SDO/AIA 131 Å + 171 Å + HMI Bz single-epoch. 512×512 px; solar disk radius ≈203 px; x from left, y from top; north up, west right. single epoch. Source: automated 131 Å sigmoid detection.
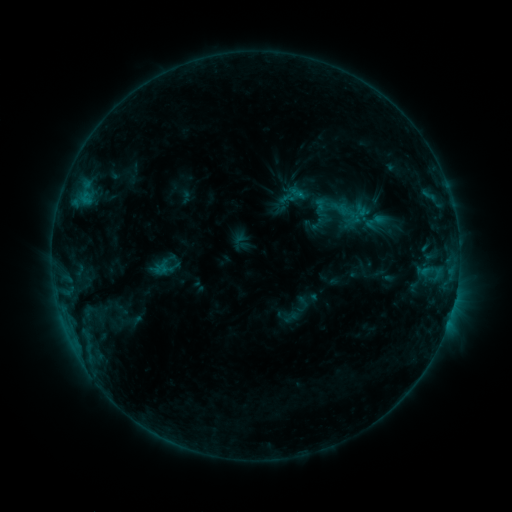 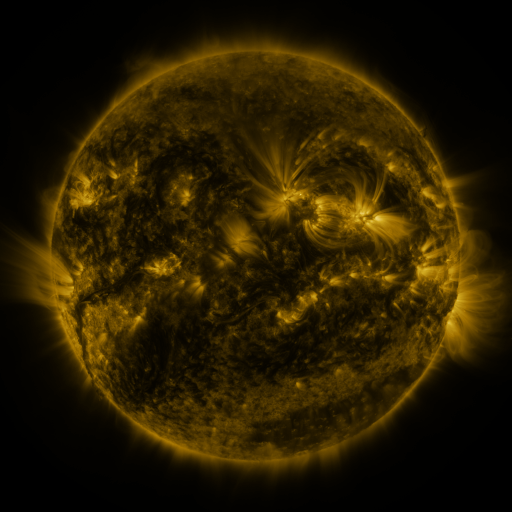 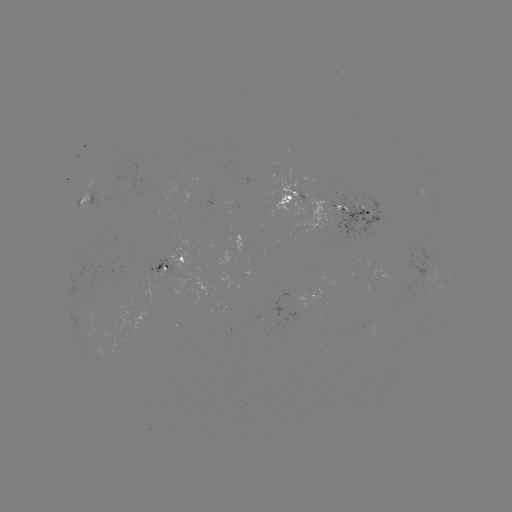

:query sigmoid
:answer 166,268